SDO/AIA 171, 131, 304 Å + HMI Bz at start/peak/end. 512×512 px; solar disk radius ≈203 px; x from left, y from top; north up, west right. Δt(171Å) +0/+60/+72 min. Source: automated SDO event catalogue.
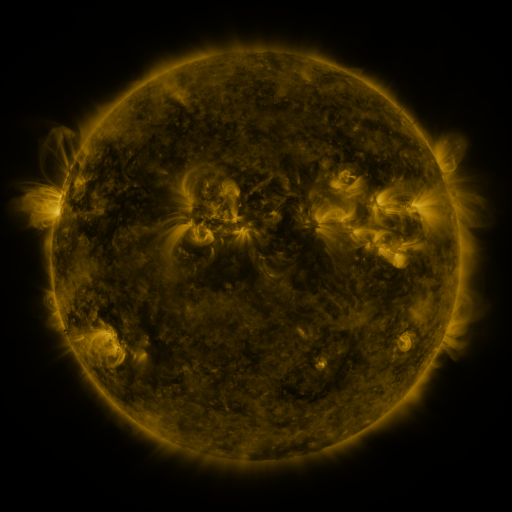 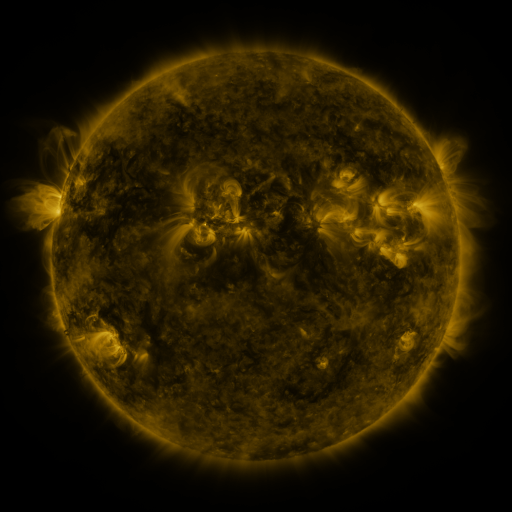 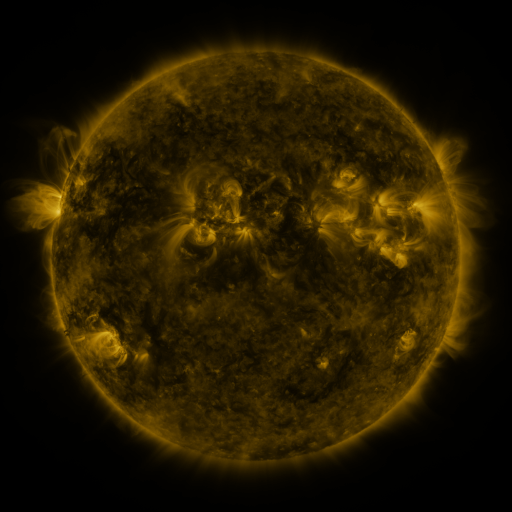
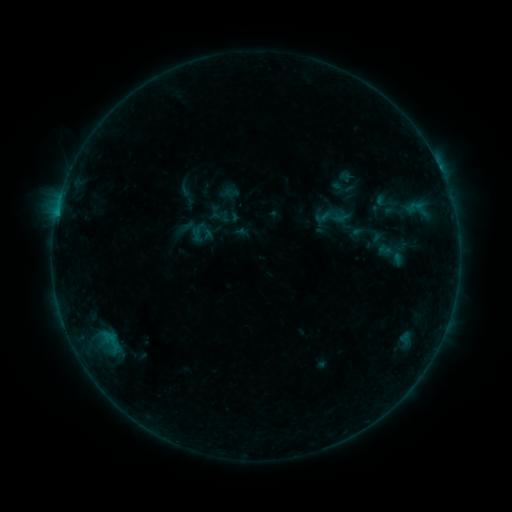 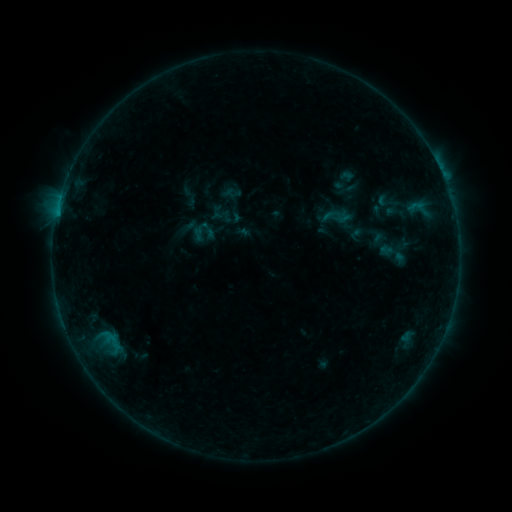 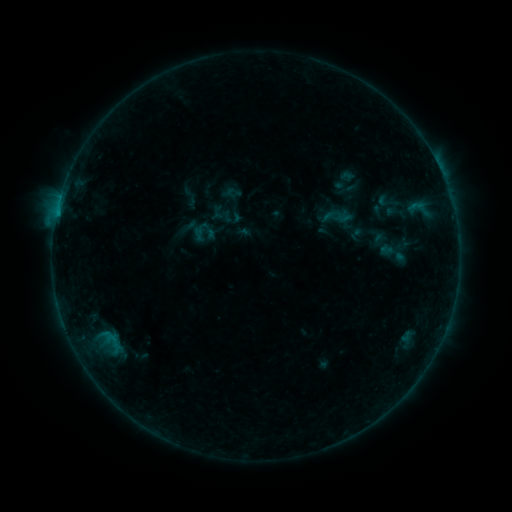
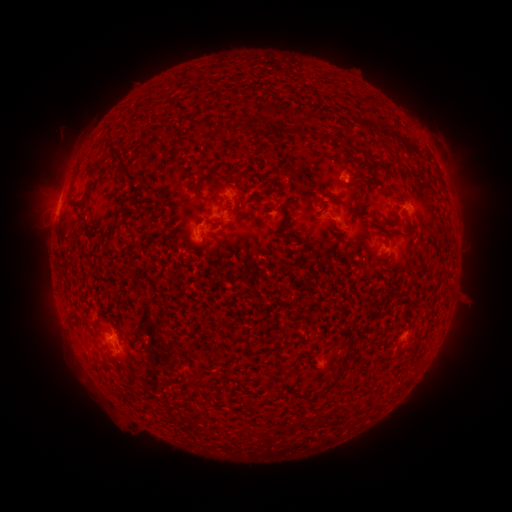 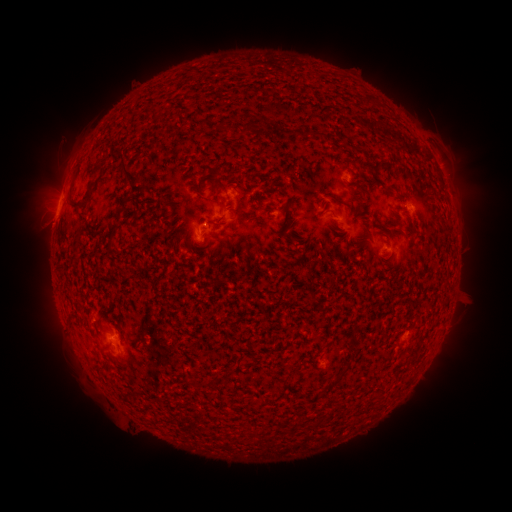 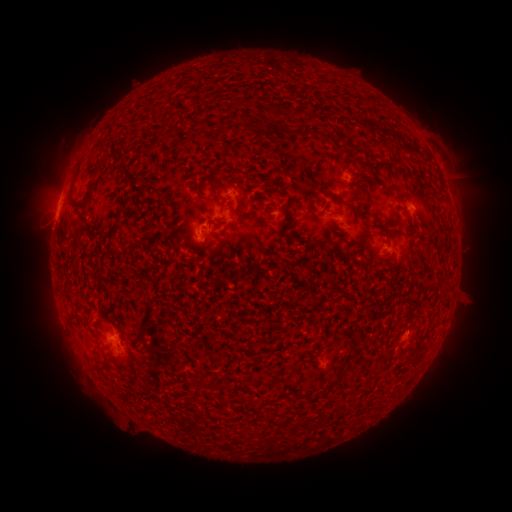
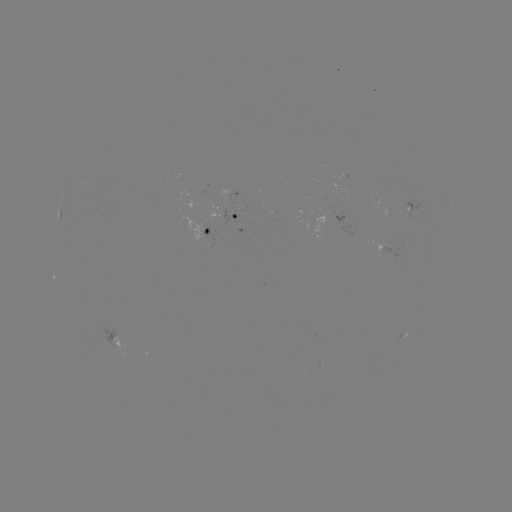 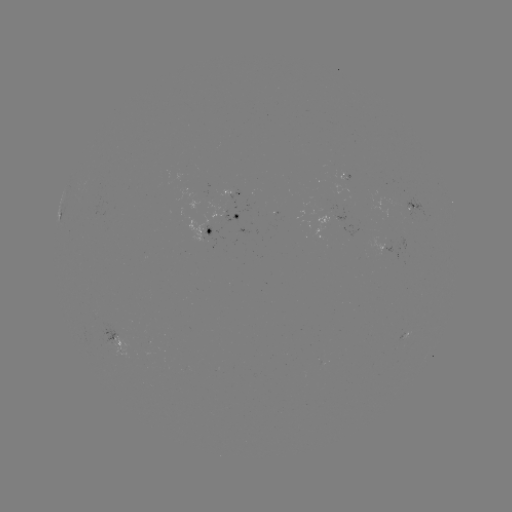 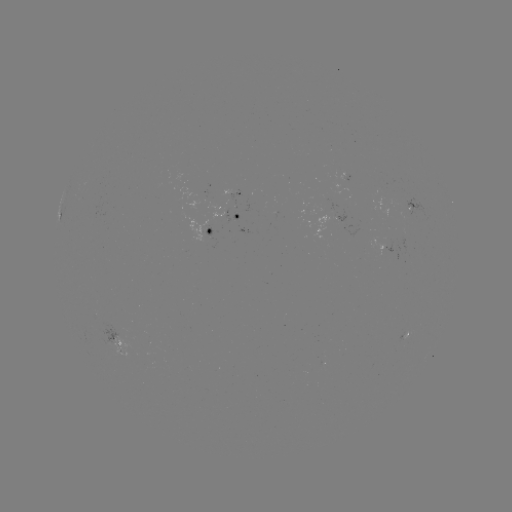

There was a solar emerging-flux region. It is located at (229, 190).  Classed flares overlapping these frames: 1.